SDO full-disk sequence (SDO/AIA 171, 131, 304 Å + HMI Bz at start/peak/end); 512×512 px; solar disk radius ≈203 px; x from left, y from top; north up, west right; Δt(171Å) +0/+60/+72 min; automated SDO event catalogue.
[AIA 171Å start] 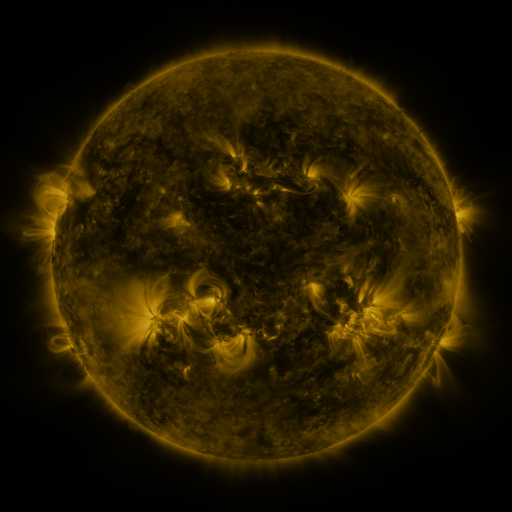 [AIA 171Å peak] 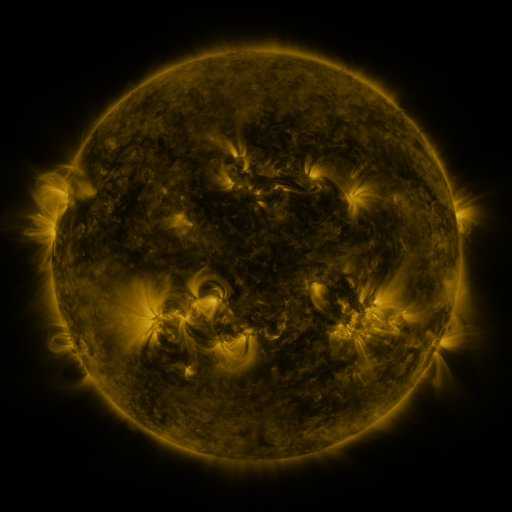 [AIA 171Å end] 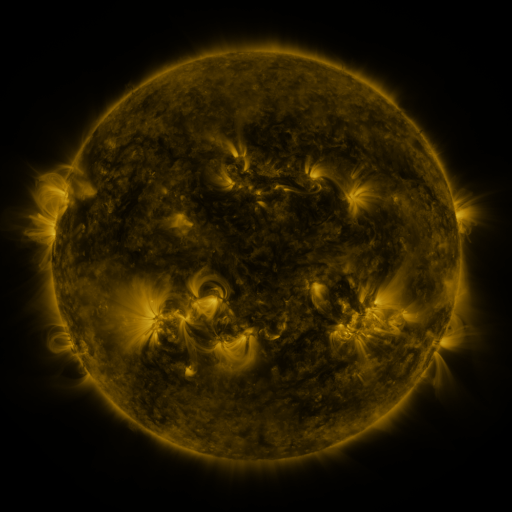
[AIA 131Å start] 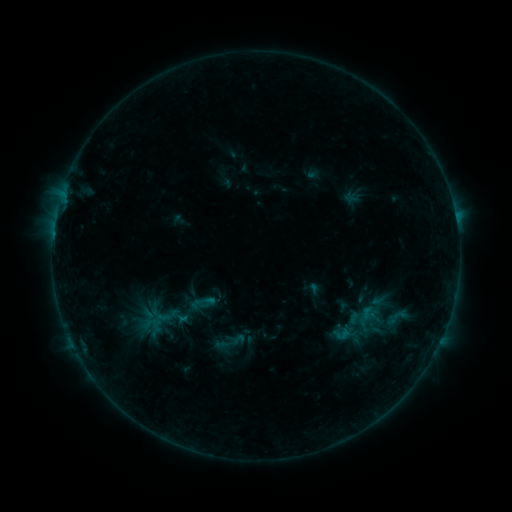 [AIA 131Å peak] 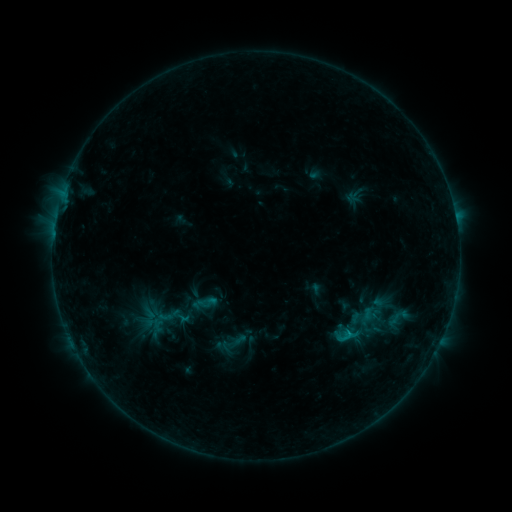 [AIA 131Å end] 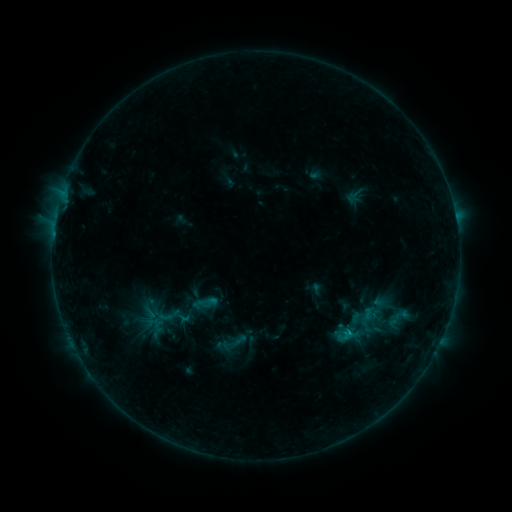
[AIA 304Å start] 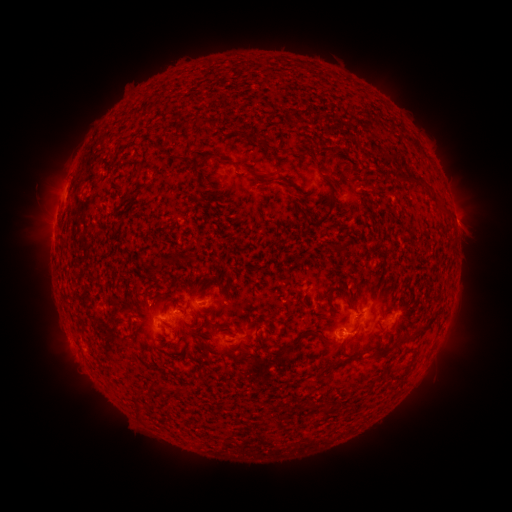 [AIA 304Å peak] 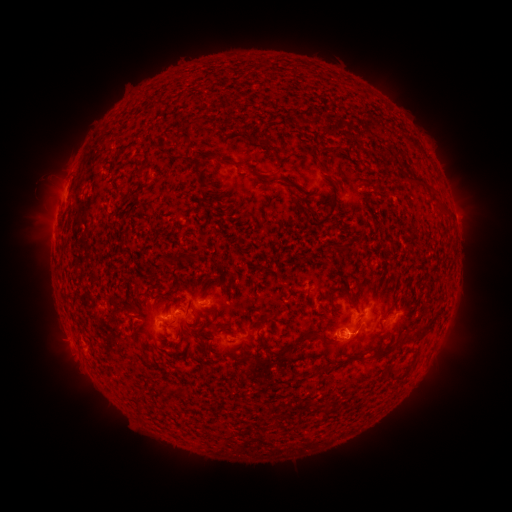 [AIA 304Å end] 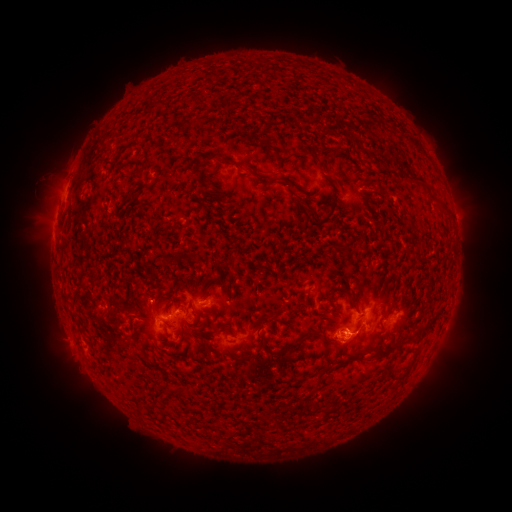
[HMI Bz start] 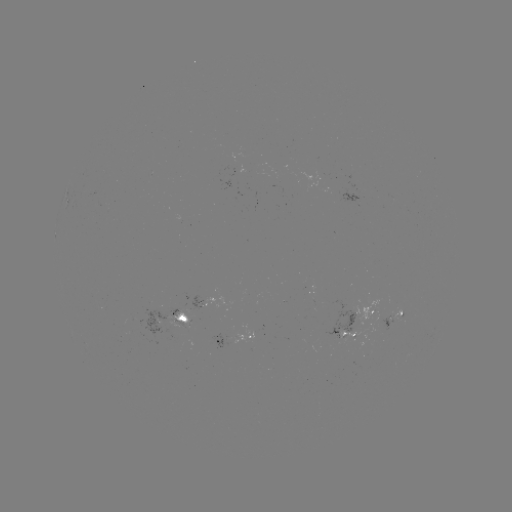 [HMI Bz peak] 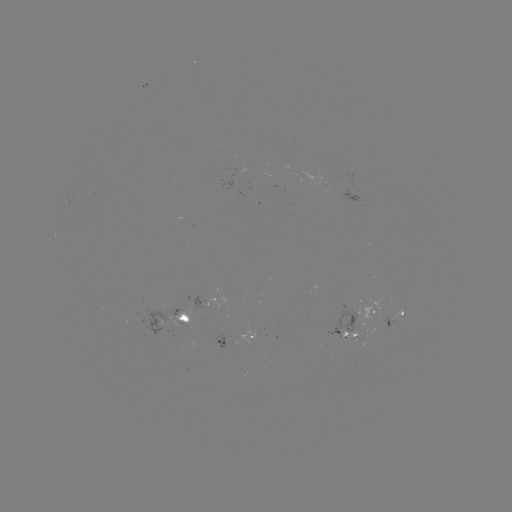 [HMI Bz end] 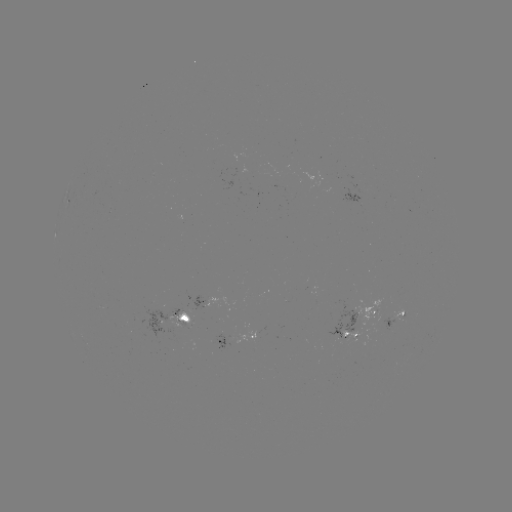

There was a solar emerging-flux region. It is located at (352, 336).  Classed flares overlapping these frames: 1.